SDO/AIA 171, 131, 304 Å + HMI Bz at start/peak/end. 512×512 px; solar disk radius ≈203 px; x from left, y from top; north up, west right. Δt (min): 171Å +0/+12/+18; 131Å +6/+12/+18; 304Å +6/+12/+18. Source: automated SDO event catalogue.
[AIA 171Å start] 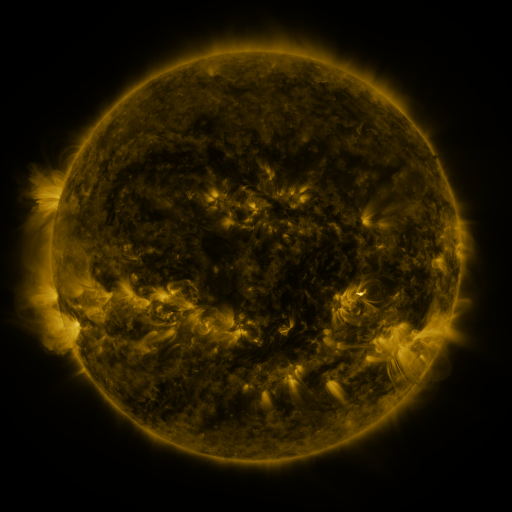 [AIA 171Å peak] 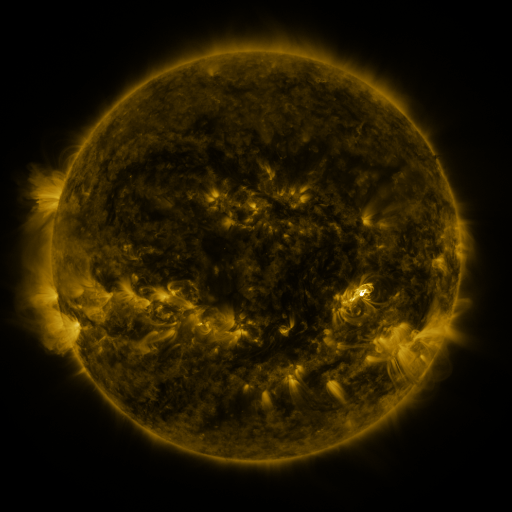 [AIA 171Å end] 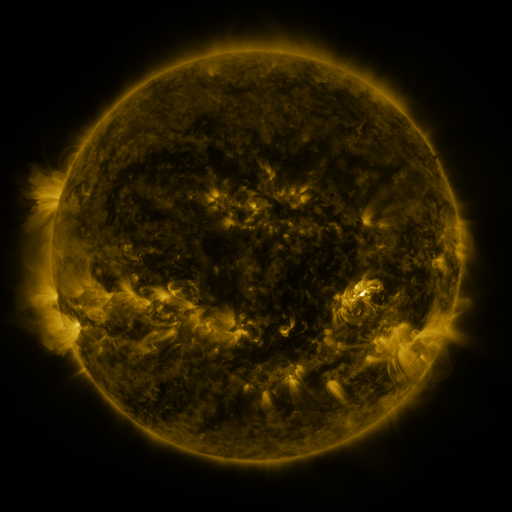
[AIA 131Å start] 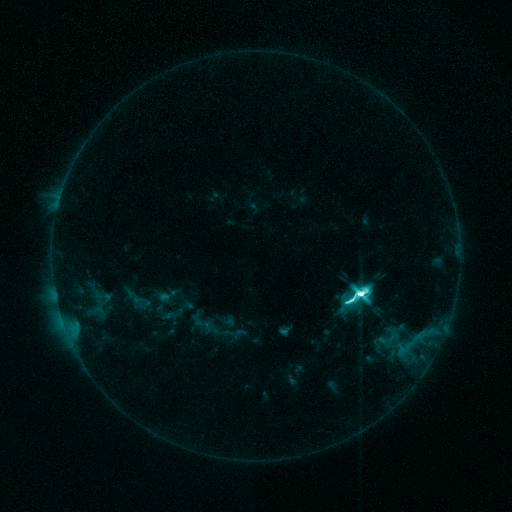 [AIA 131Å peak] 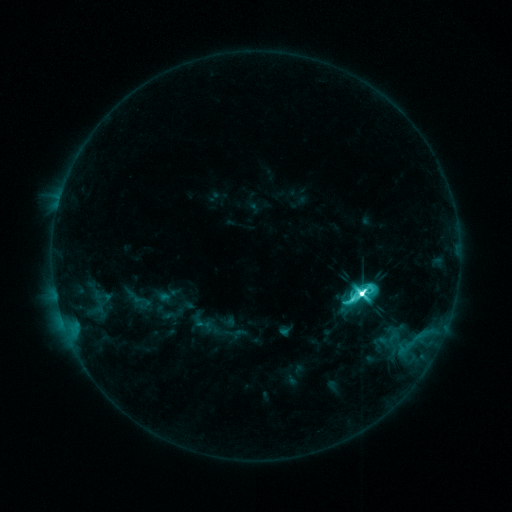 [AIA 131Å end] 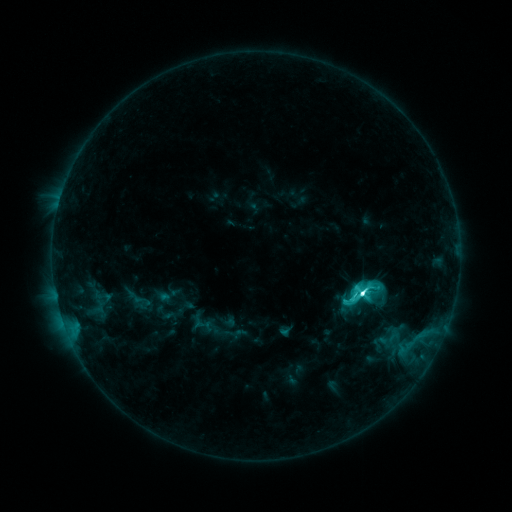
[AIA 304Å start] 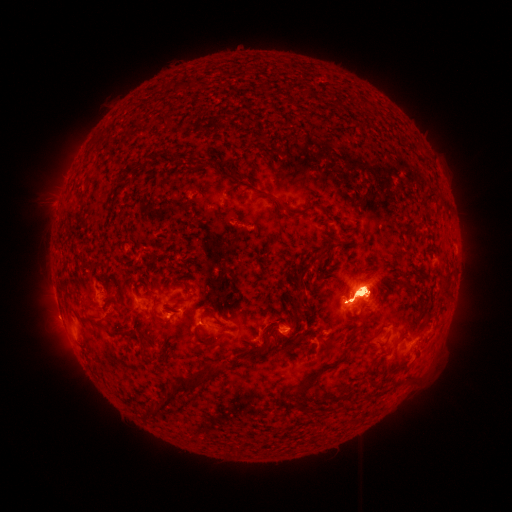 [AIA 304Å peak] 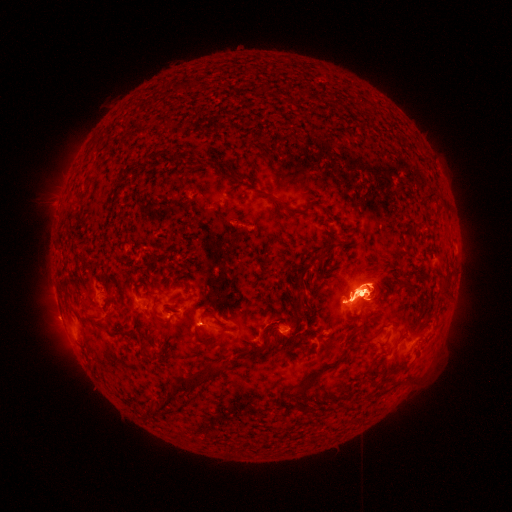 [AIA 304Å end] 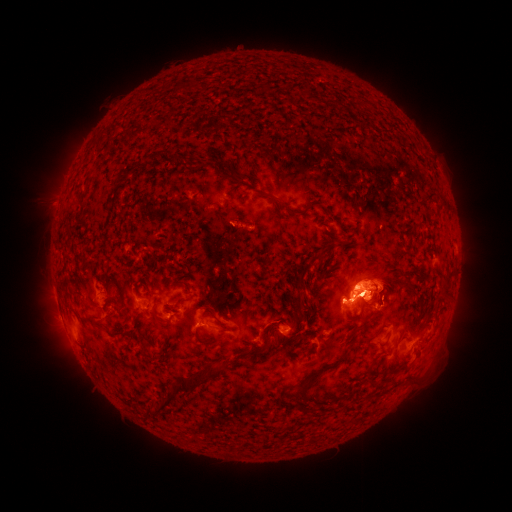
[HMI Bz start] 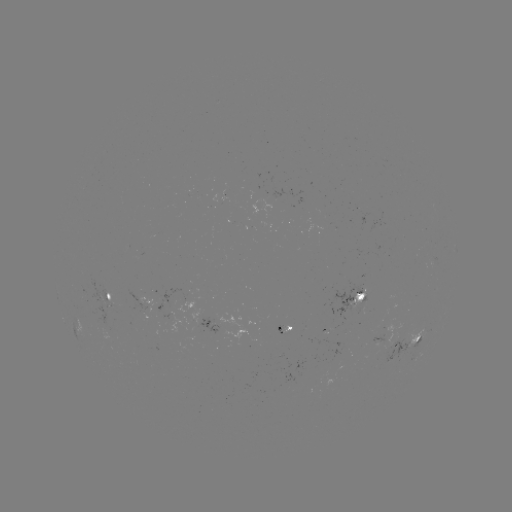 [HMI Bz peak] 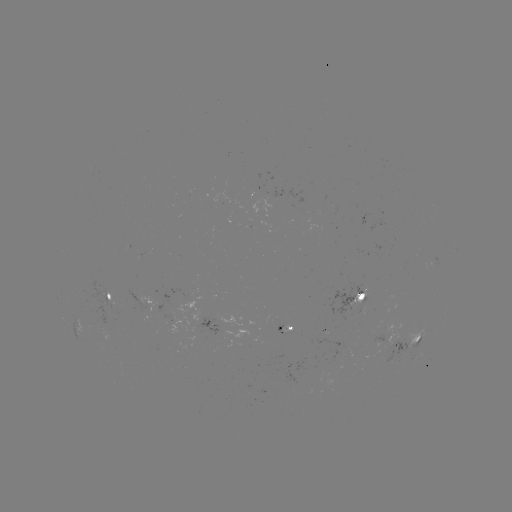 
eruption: <bbox>30, 269, 102, 388</bbox>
